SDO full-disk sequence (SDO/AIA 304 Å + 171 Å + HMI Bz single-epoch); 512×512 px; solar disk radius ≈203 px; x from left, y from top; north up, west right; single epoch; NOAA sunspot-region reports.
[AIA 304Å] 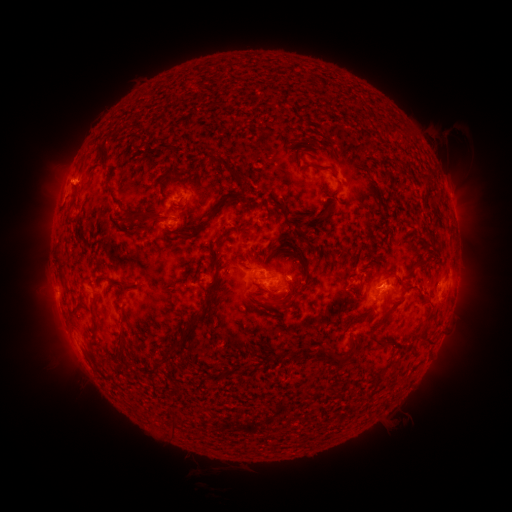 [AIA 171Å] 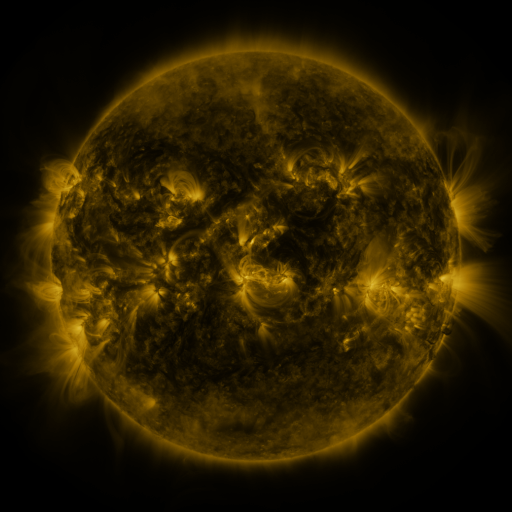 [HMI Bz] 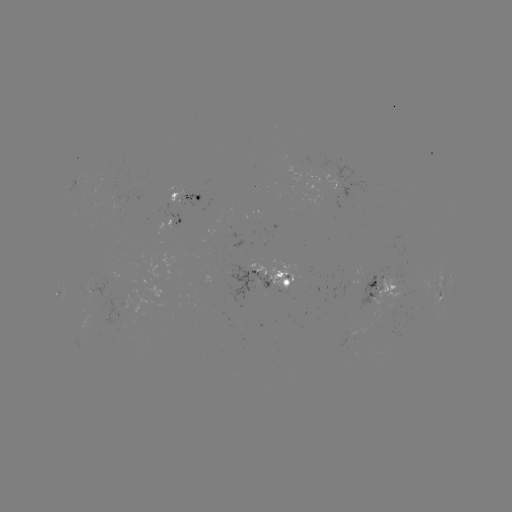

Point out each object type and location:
spotted active region: (339, 182)
spotted active region: (187, 198)
spotted active region: (169, 226)
spotted active region: (273, 277)
spotted active region: (383, 286)
spotted active region: (441, 289)
